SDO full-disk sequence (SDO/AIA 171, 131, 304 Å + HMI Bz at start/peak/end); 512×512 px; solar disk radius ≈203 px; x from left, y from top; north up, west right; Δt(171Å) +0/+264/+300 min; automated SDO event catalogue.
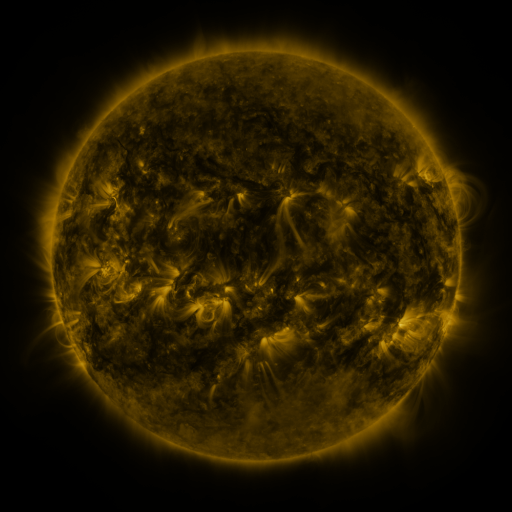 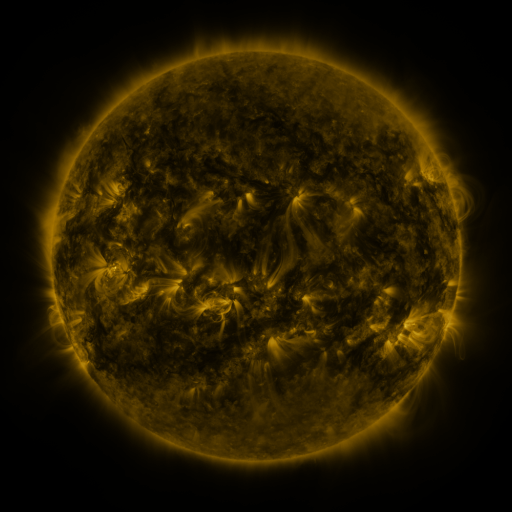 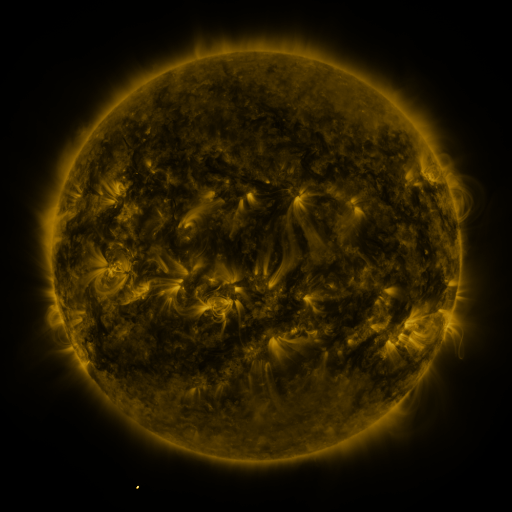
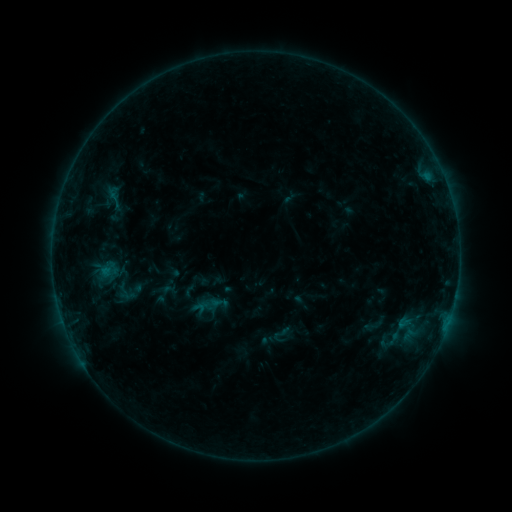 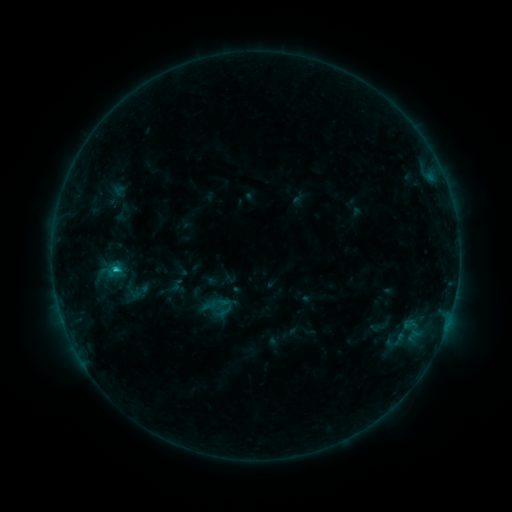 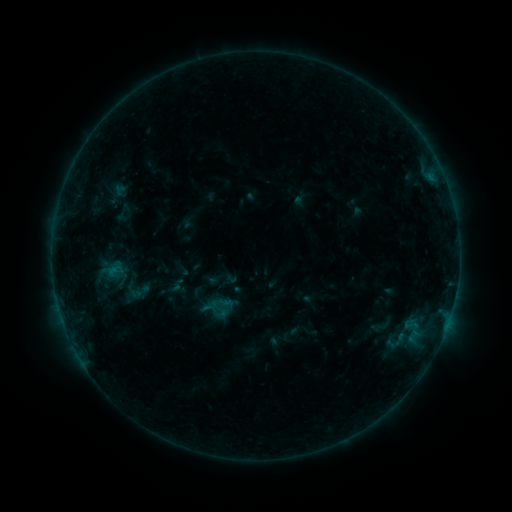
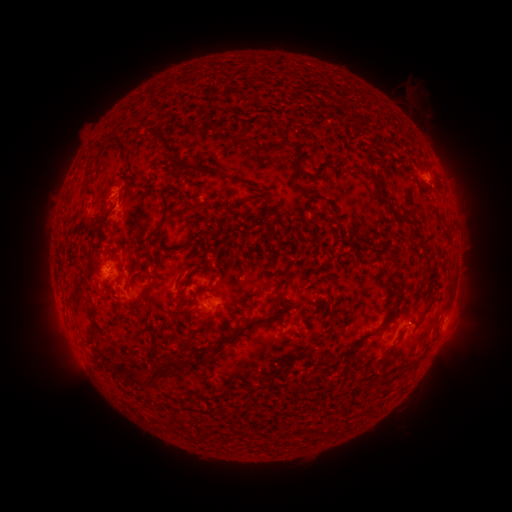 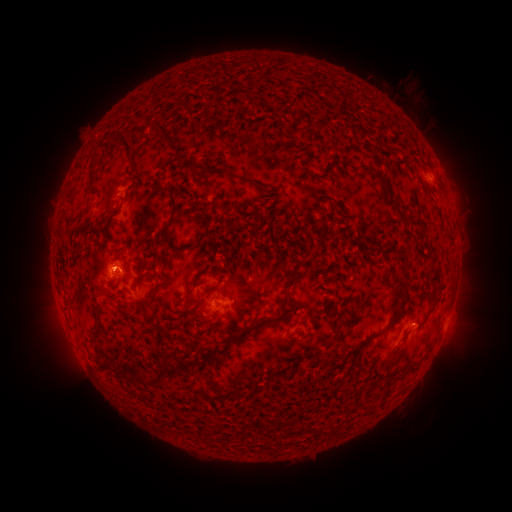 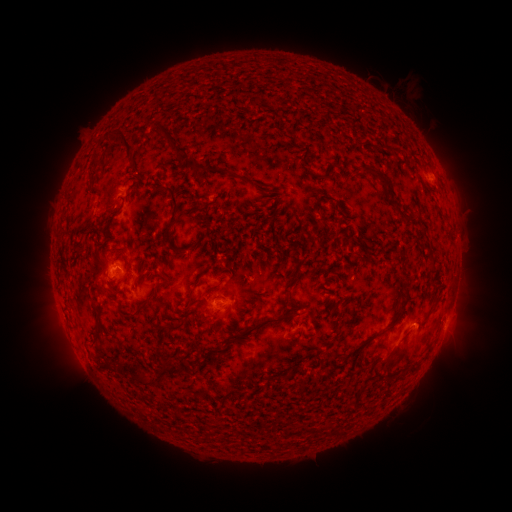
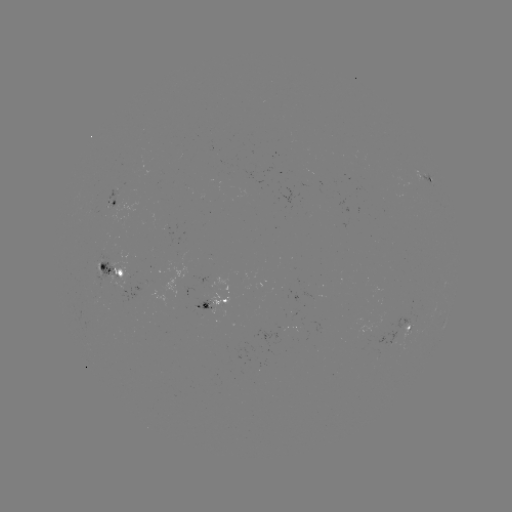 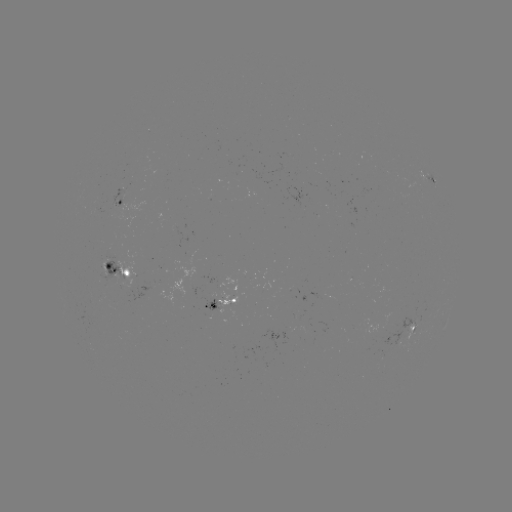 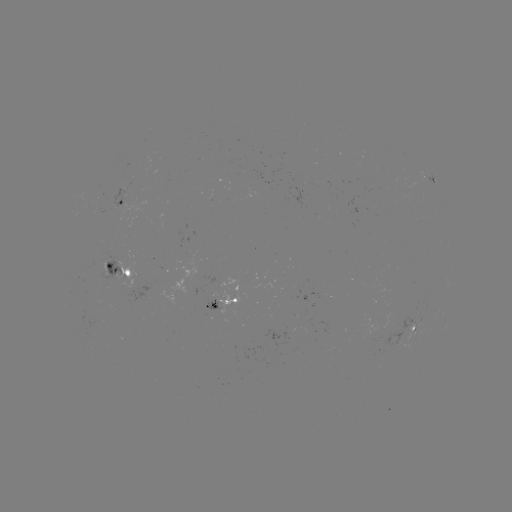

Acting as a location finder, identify emerging-flux region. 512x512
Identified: [213, 300].